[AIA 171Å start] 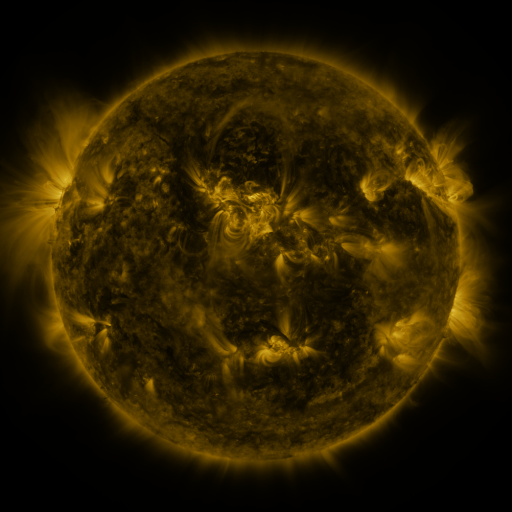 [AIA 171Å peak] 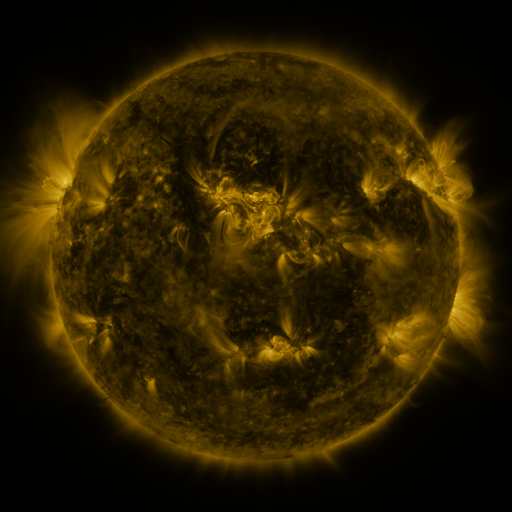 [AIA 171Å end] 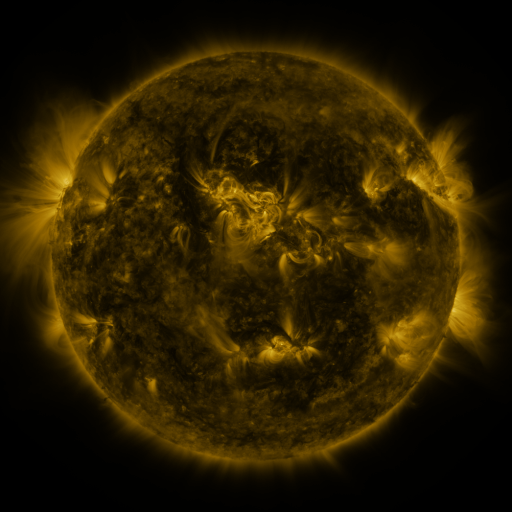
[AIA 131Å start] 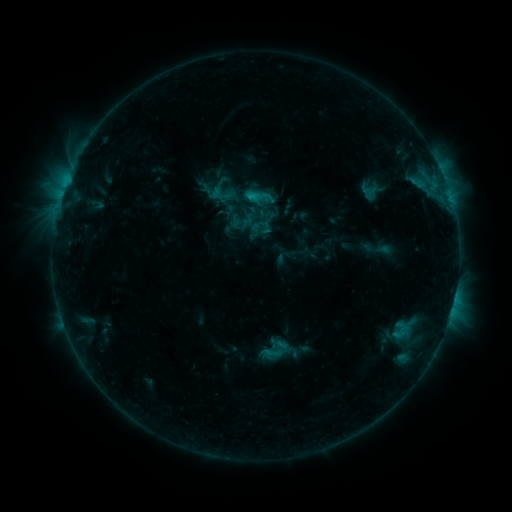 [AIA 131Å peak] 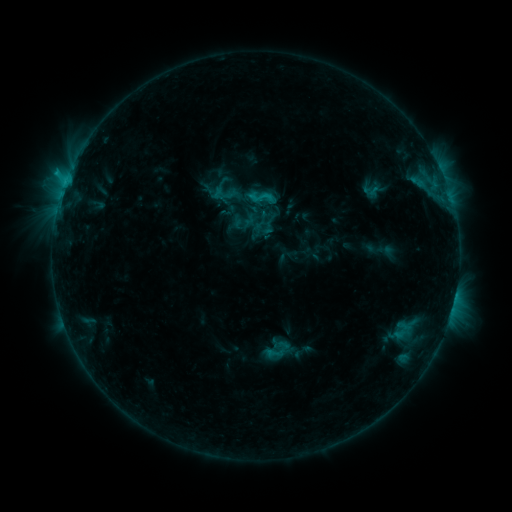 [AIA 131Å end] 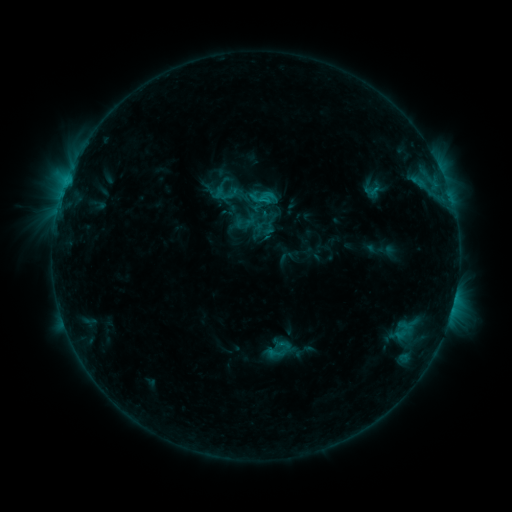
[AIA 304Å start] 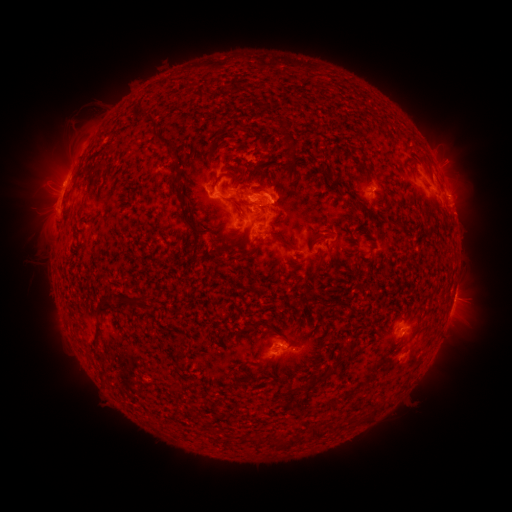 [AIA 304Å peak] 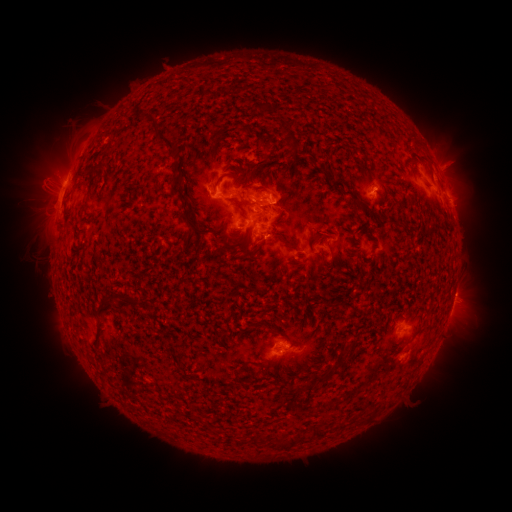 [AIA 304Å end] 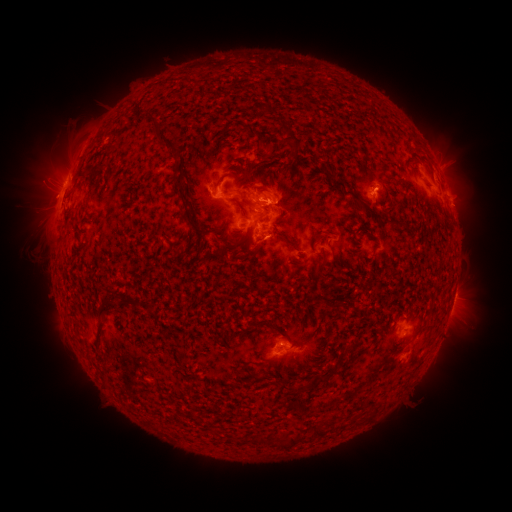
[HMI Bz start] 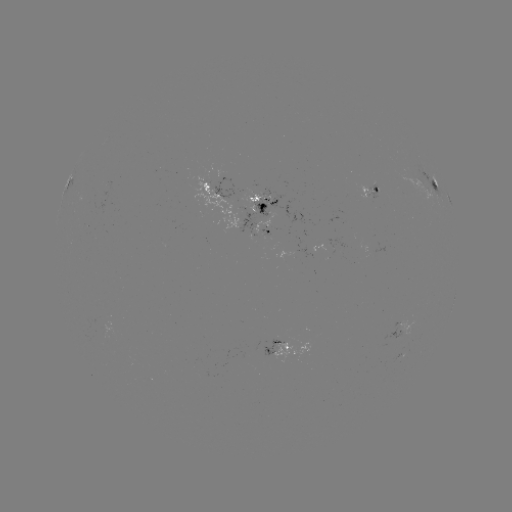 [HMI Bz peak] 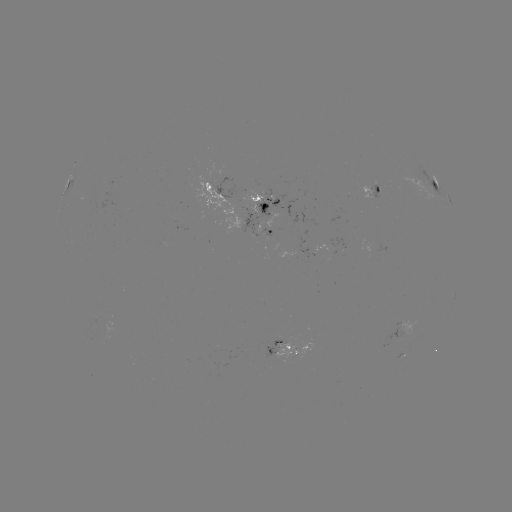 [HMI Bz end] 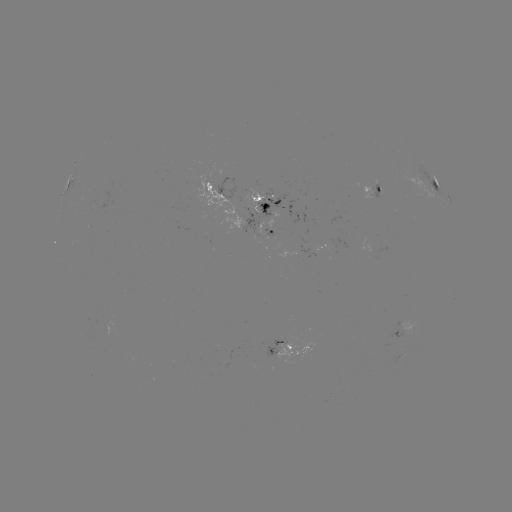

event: emerging-flux region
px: (290, 354)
